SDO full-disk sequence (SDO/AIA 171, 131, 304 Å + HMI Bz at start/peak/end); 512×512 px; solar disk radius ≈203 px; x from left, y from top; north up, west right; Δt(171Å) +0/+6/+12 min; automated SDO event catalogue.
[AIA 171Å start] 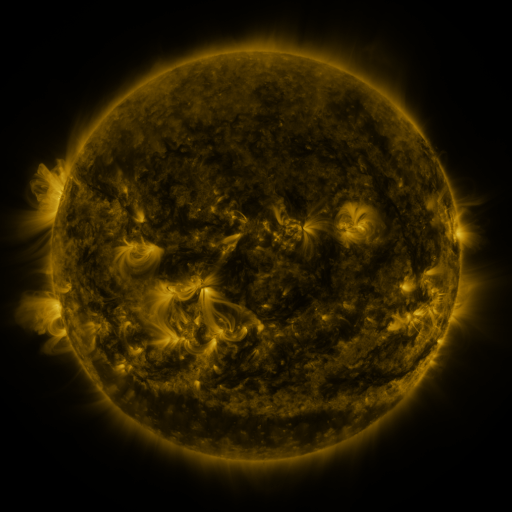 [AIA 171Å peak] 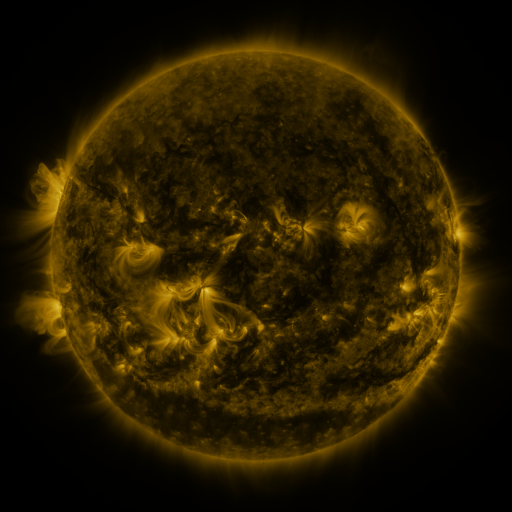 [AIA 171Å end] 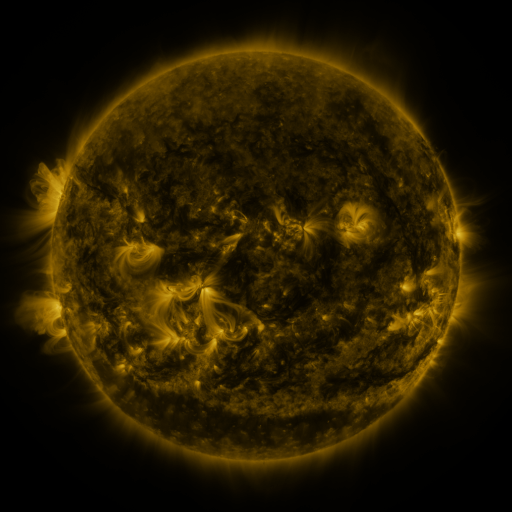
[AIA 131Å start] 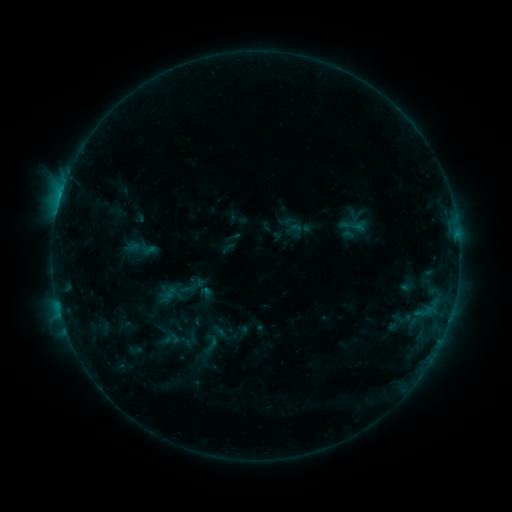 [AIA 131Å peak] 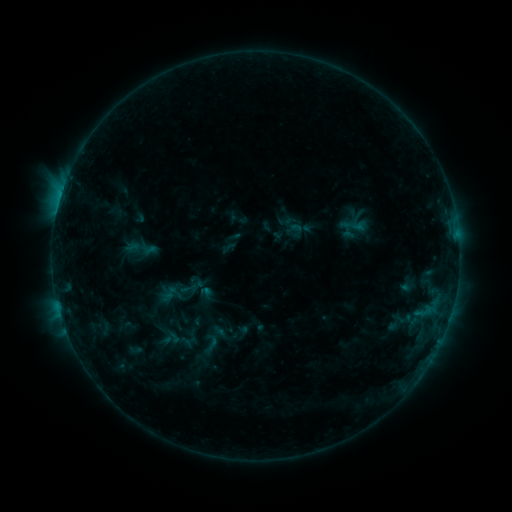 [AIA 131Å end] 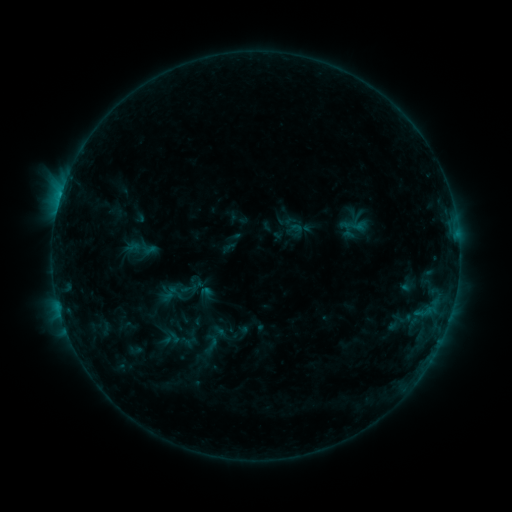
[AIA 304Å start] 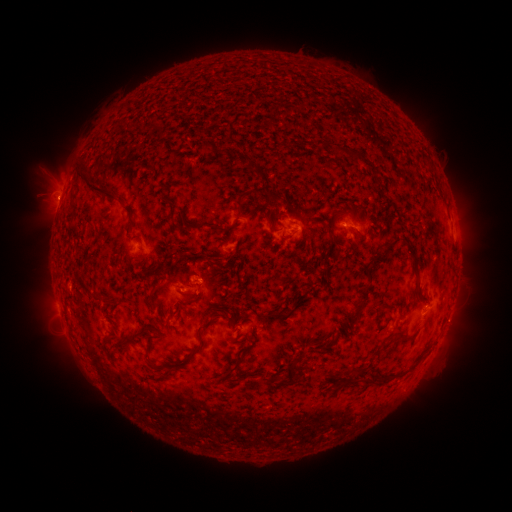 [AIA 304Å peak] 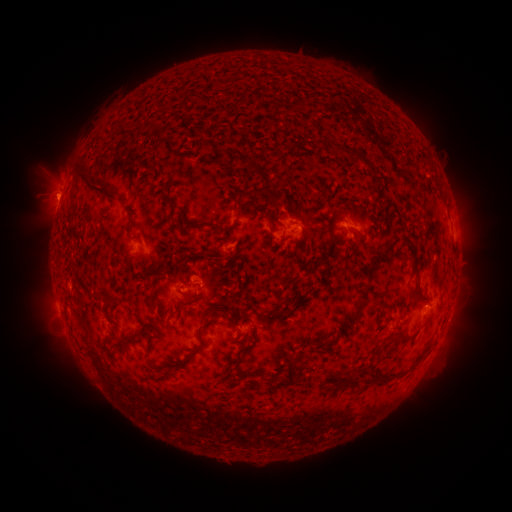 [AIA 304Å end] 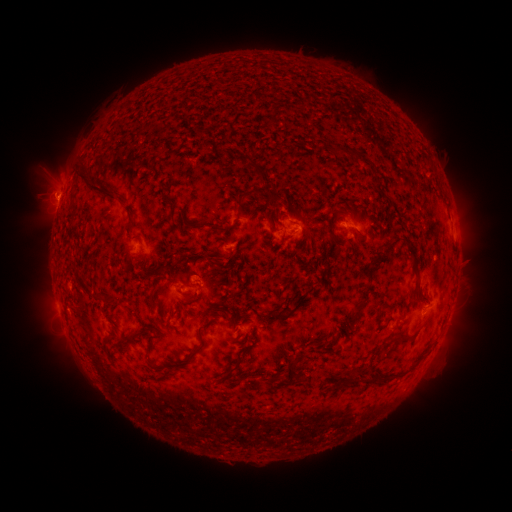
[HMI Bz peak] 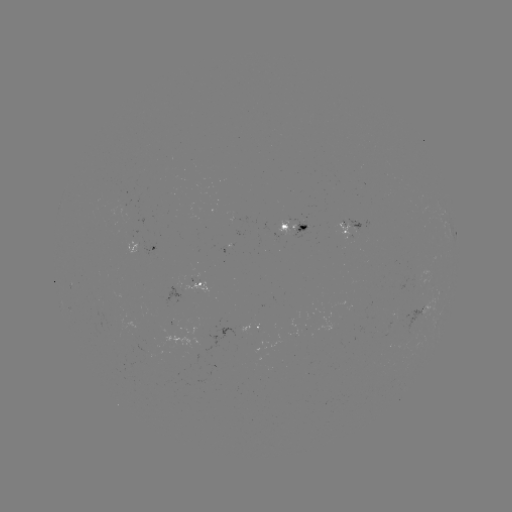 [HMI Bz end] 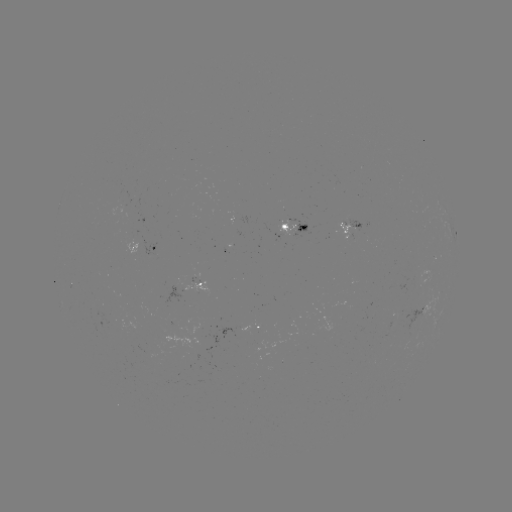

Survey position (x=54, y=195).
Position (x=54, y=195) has eruption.